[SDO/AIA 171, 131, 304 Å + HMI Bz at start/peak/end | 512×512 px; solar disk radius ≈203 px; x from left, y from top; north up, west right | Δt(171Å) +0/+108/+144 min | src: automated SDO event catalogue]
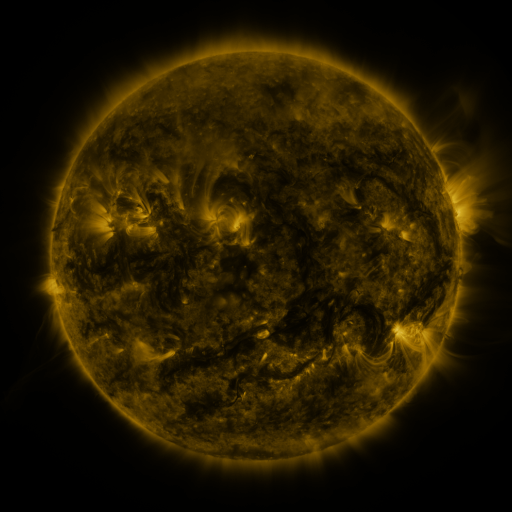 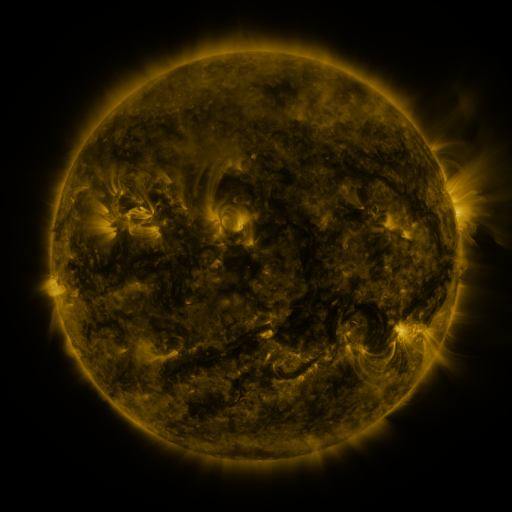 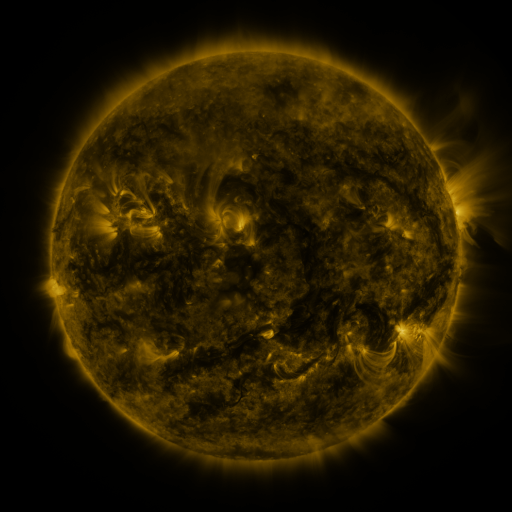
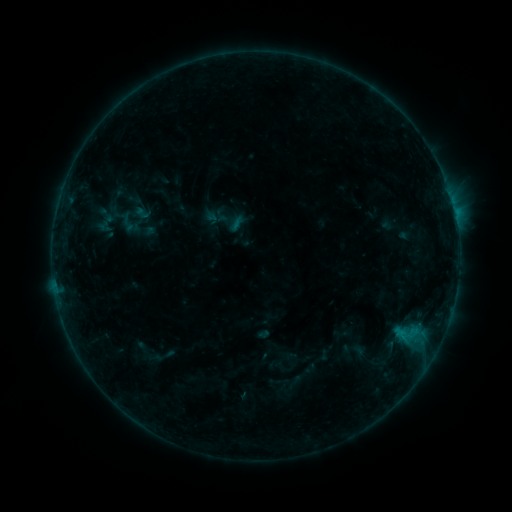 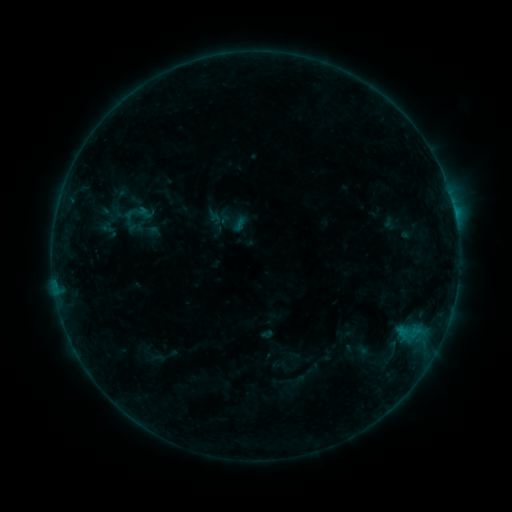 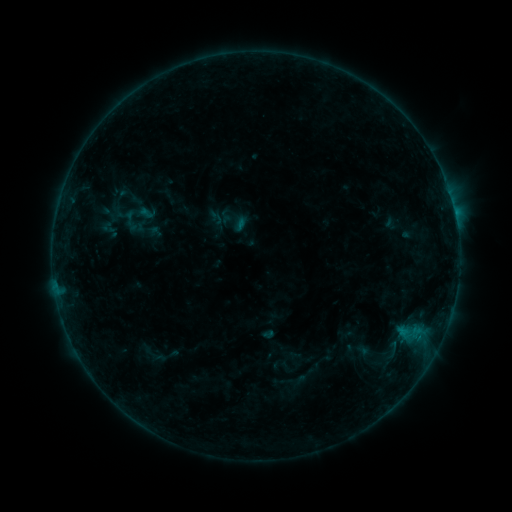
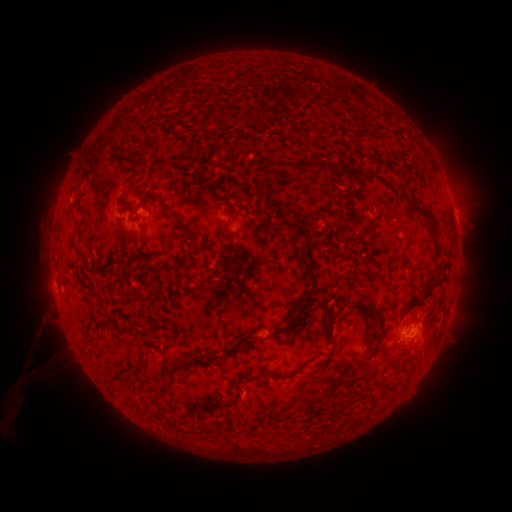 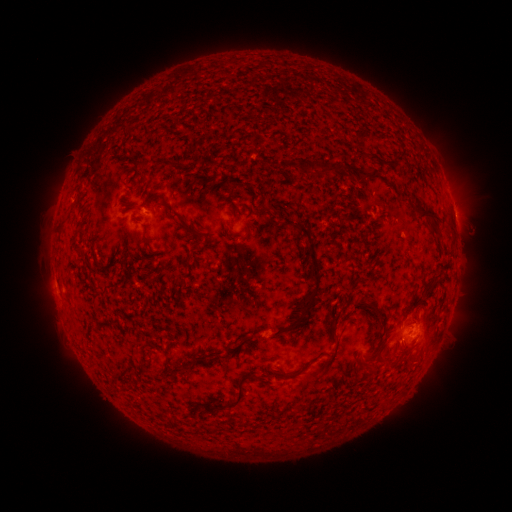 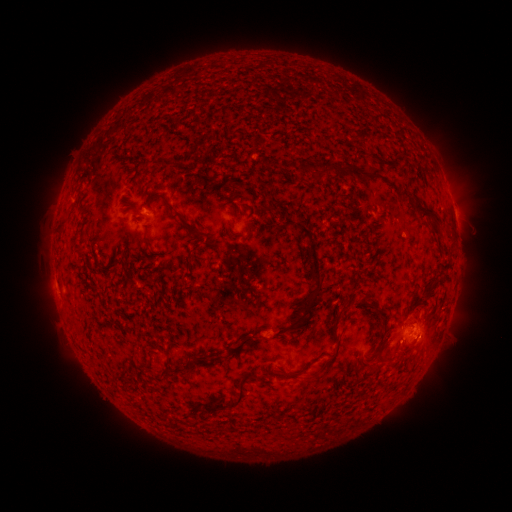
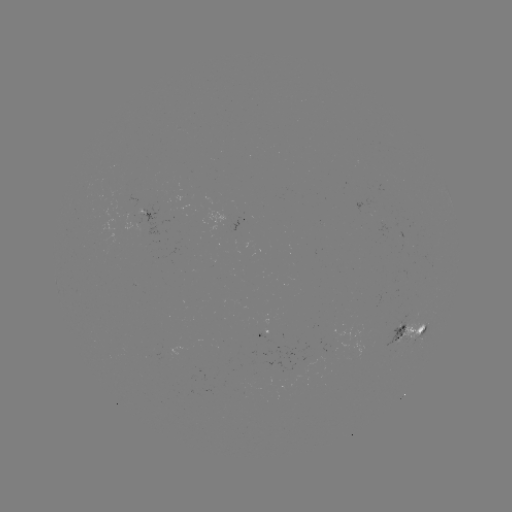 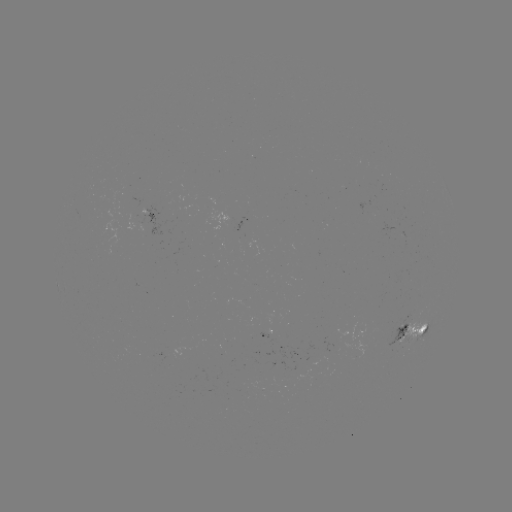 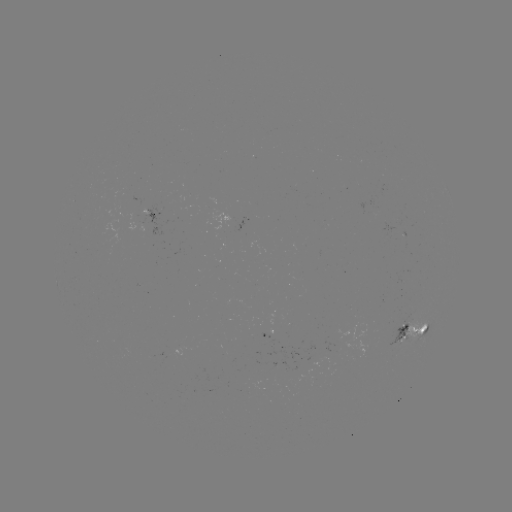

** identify emerging-flux region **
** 324,352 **